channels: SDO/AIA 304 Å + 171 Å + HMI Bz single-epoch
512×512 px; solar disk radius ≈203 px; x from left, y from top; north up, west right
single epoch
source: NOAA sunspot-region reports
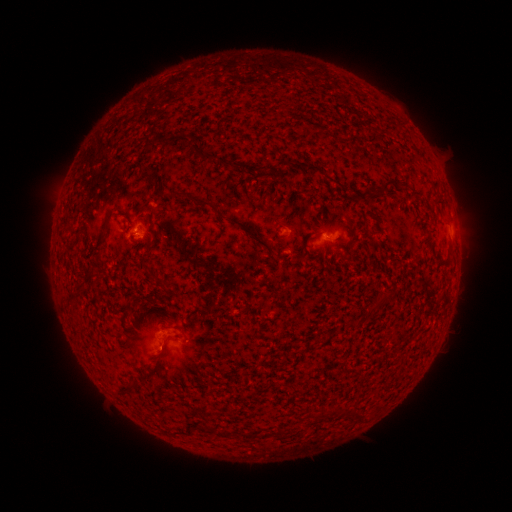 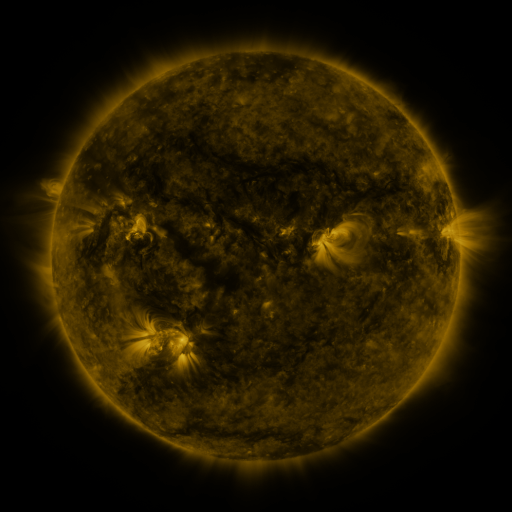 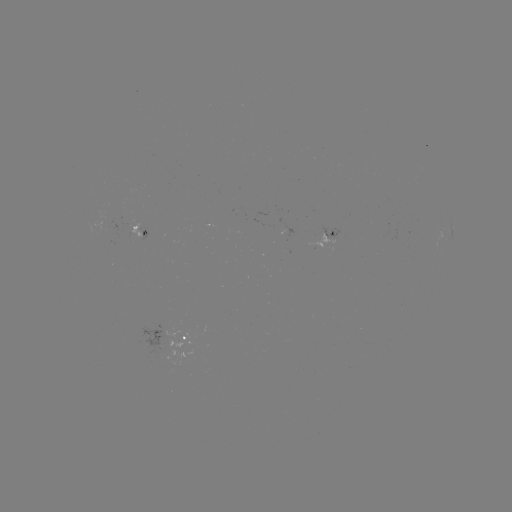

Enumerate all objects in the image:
spotted active region: (141, 234)
spotted active region: (327, 236)
spotted active region: (186, 340)
